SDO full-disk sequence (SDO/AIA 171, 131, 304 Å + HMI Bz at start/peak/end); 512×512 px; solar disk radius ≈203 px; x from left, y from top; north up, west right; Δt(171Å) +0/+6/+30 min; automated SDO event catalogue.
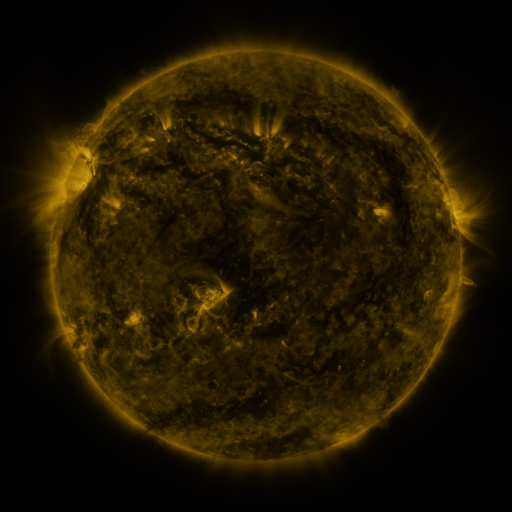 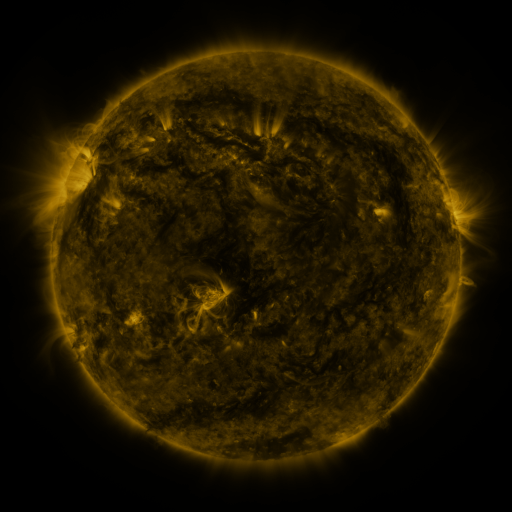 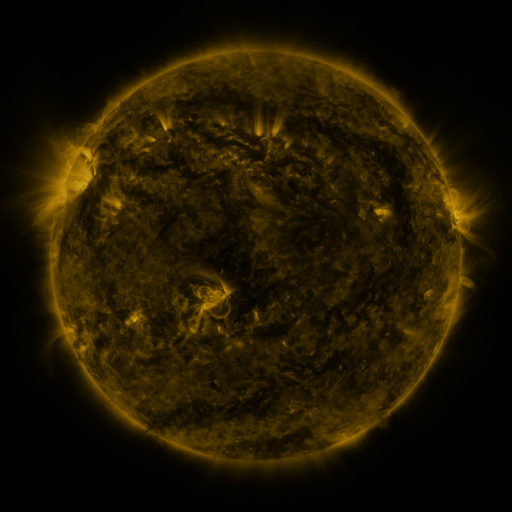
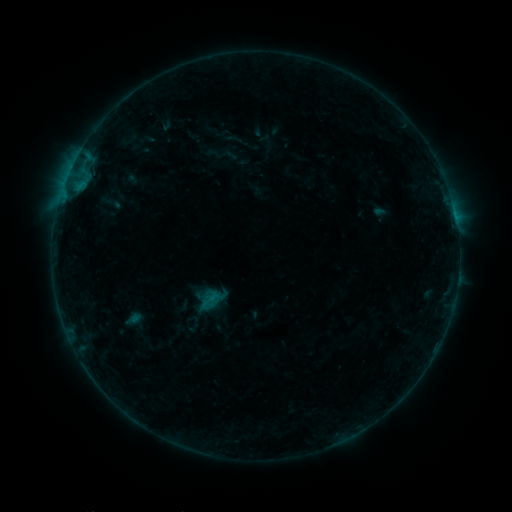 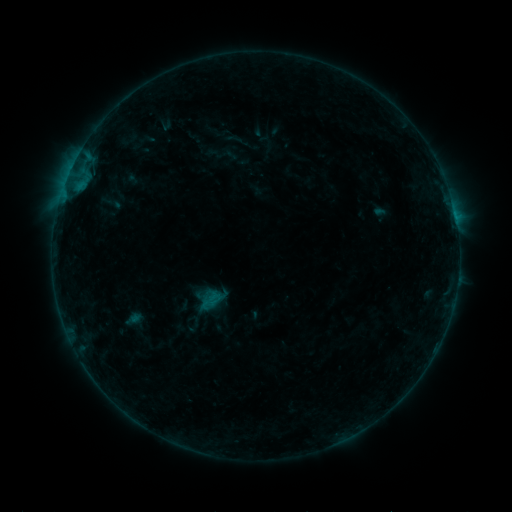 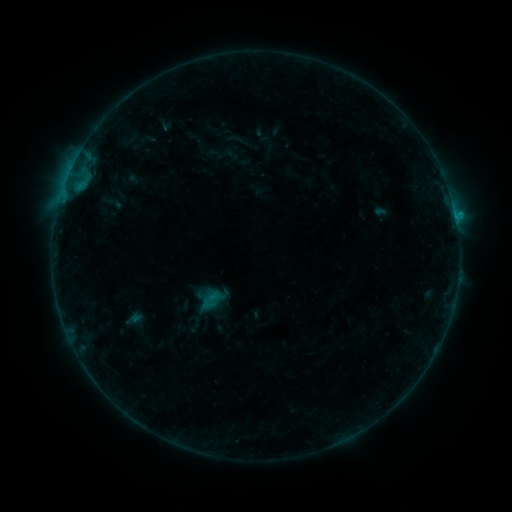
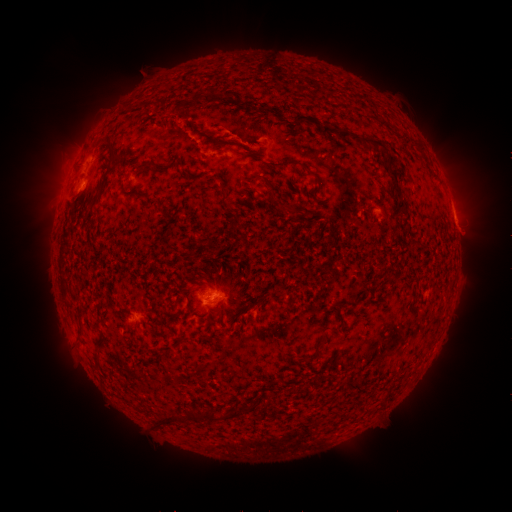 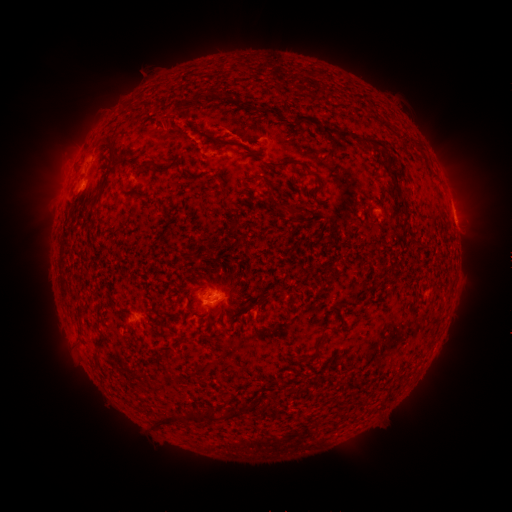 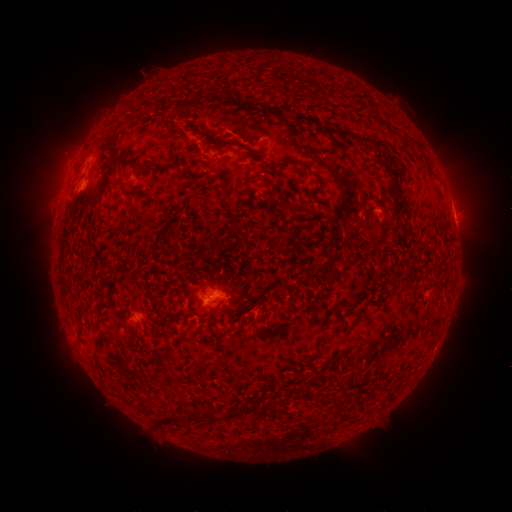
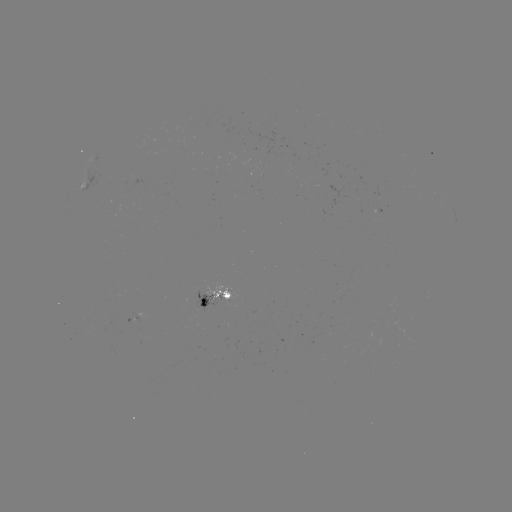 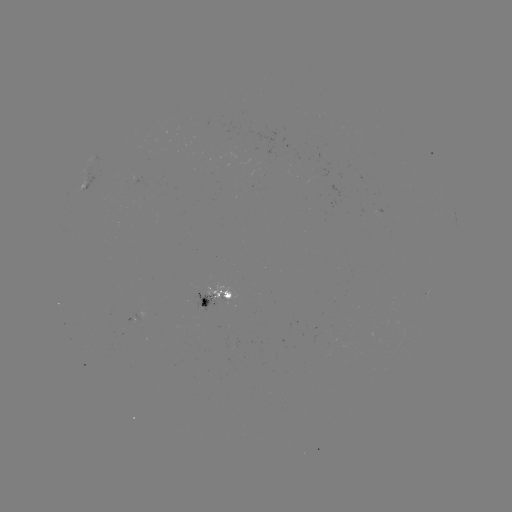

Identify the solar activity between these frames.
B8.6 flare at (455, 216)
